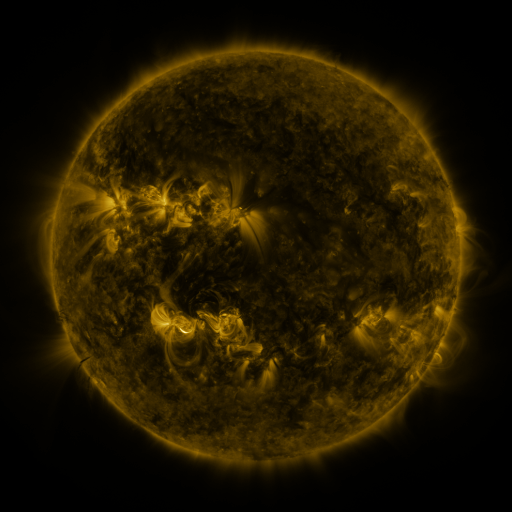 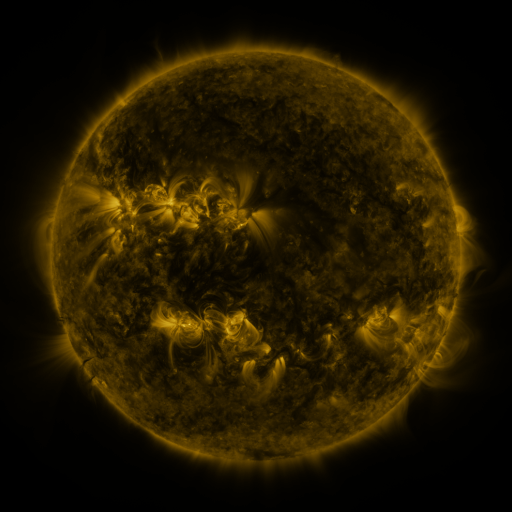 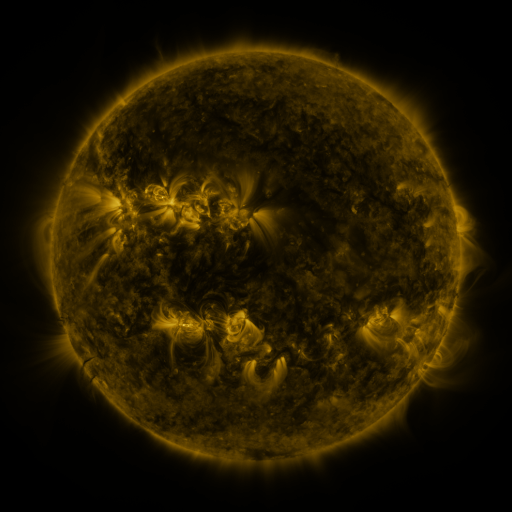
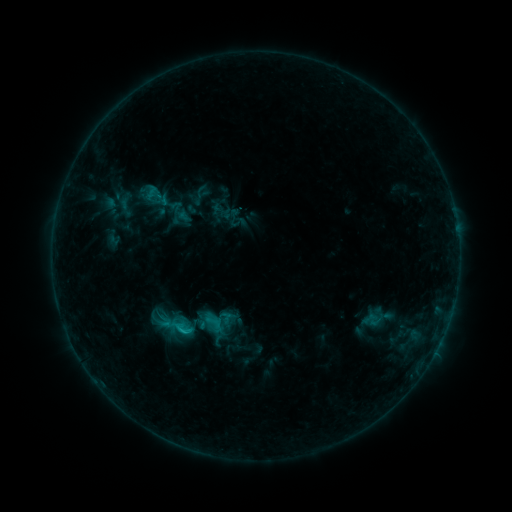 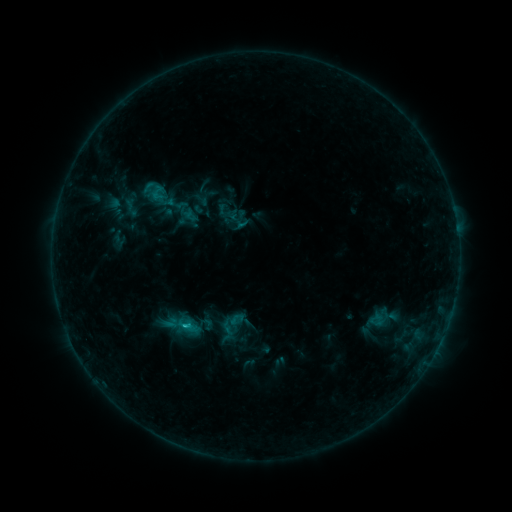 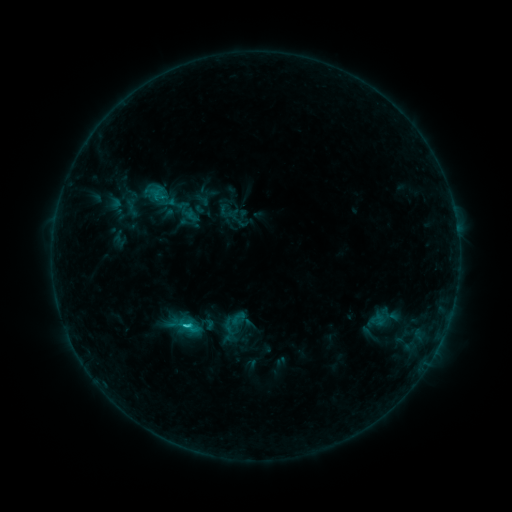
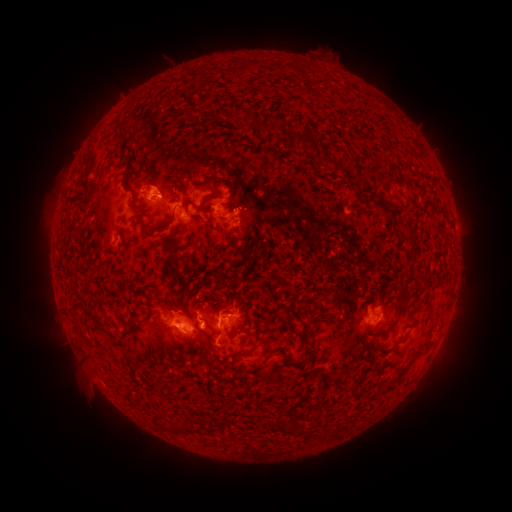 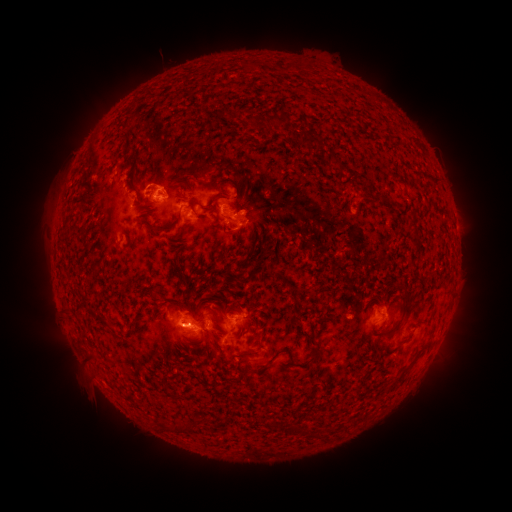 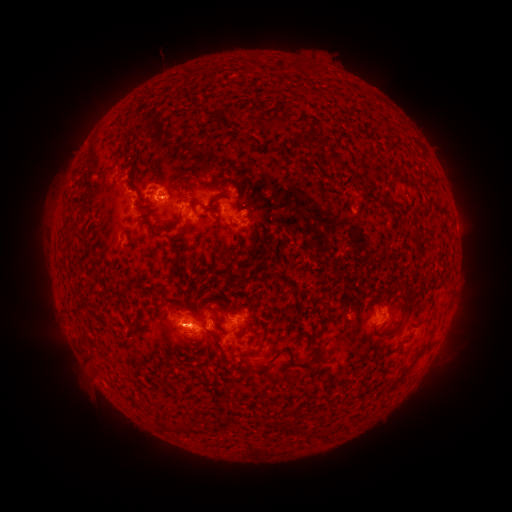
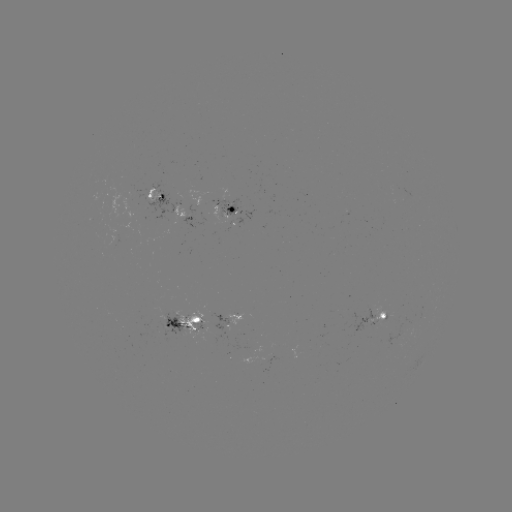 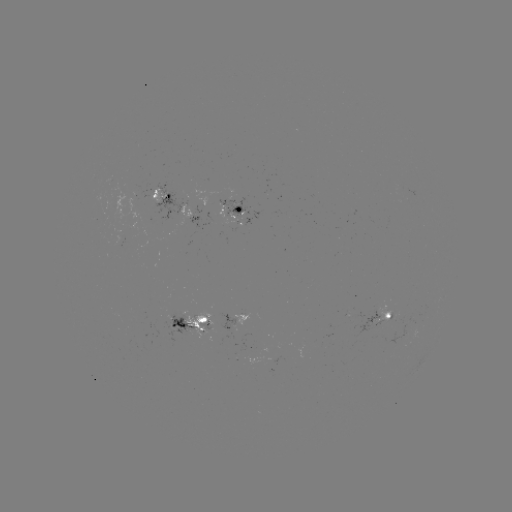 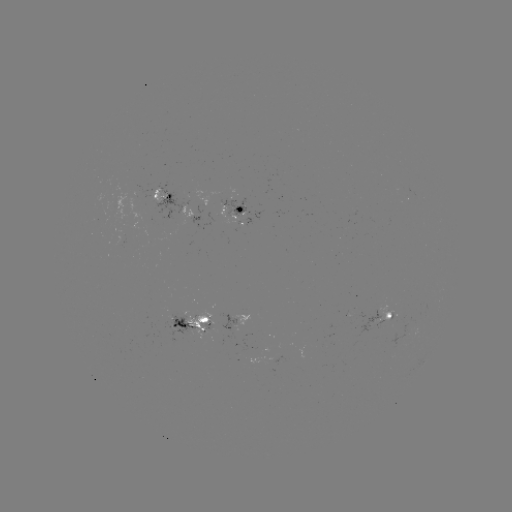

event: emerging-flux region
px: (235, 201)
